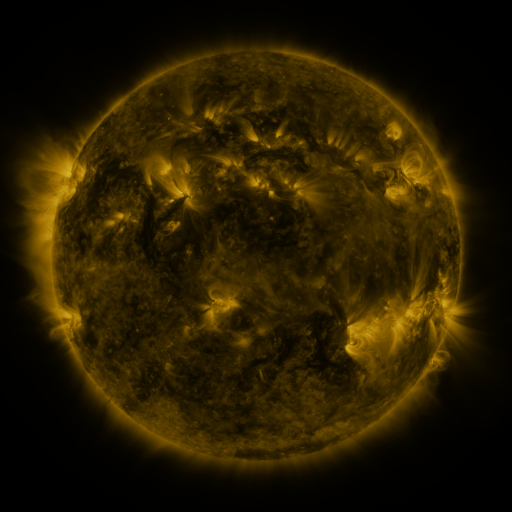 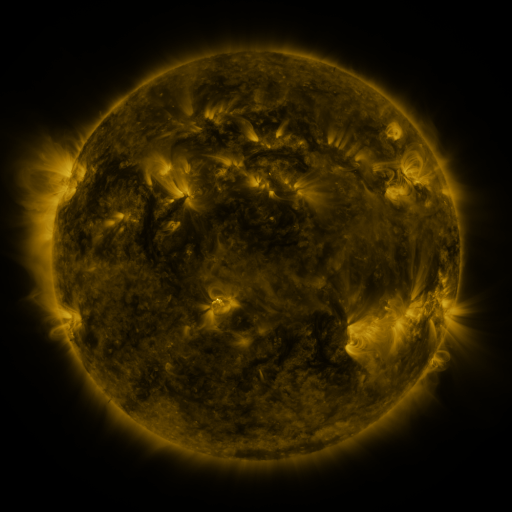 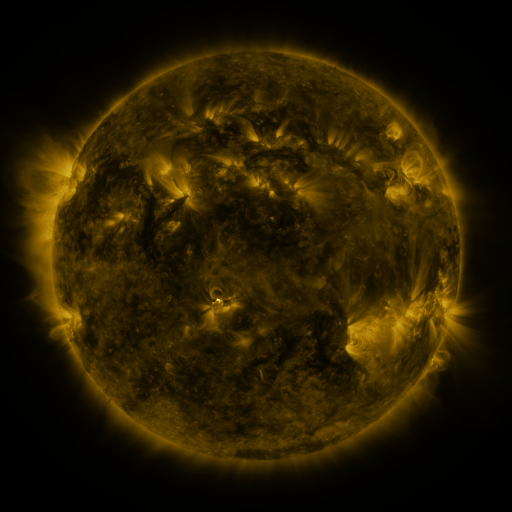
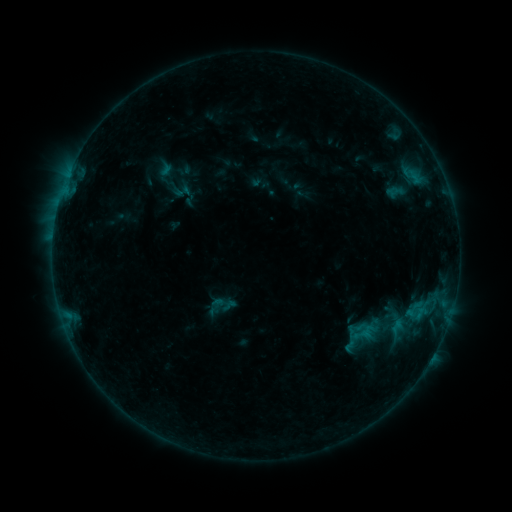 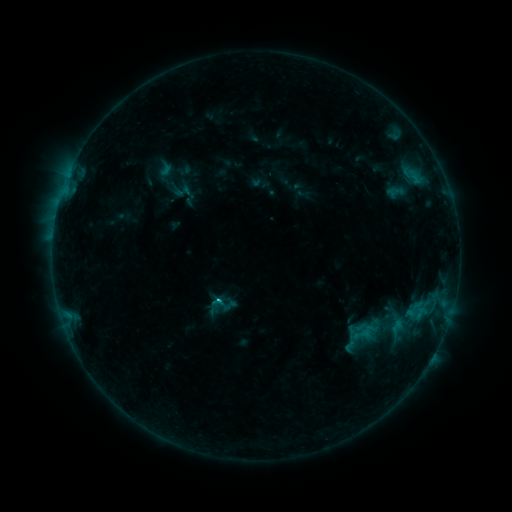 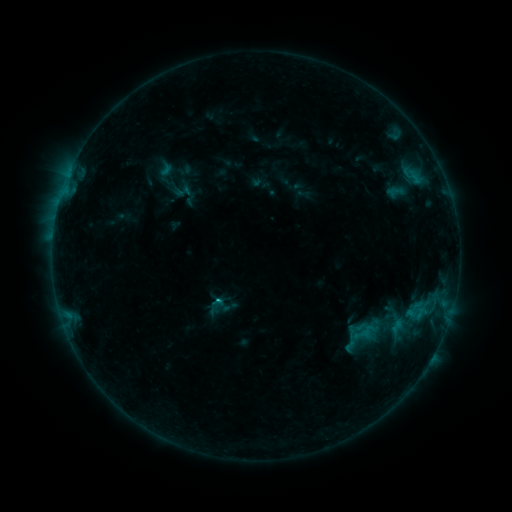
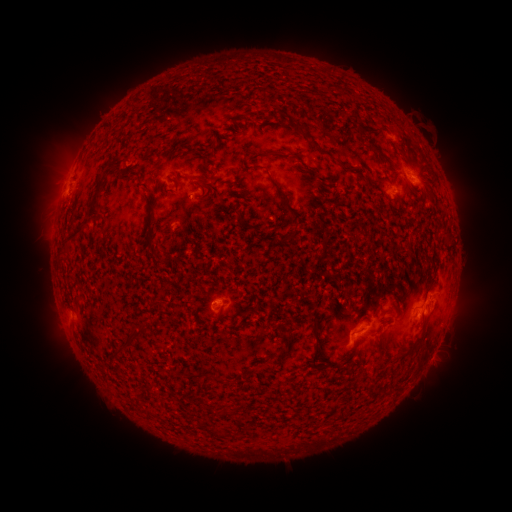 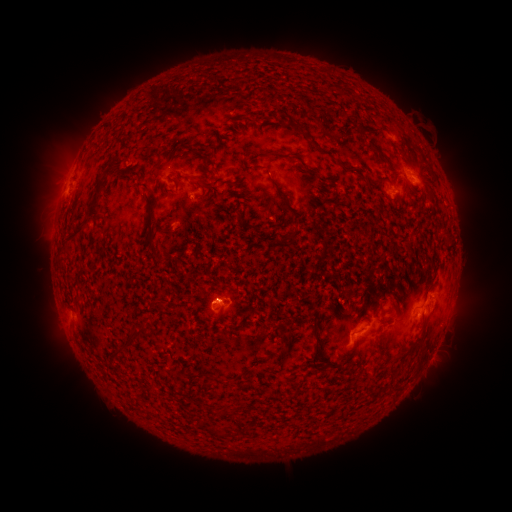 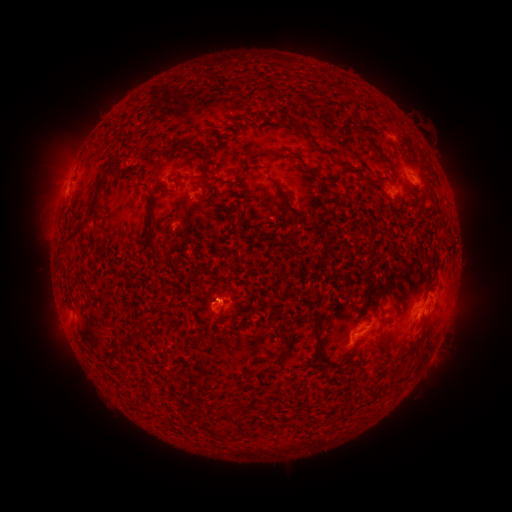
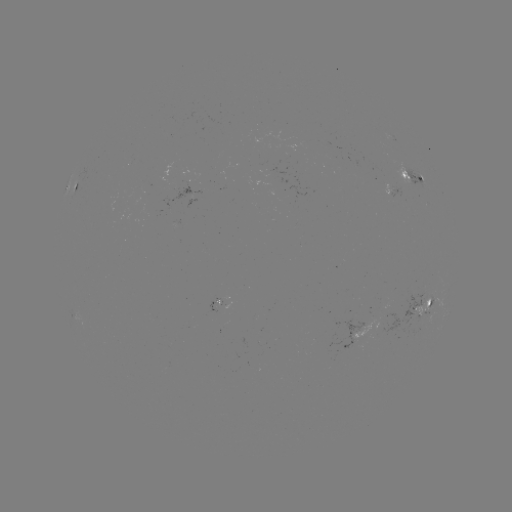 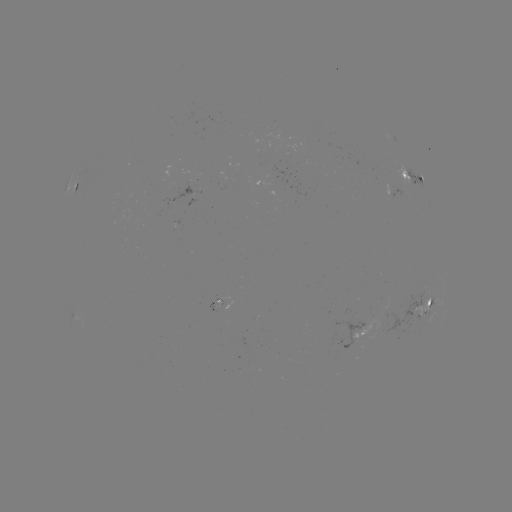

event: flare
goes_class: B6.6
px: (221, 297)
